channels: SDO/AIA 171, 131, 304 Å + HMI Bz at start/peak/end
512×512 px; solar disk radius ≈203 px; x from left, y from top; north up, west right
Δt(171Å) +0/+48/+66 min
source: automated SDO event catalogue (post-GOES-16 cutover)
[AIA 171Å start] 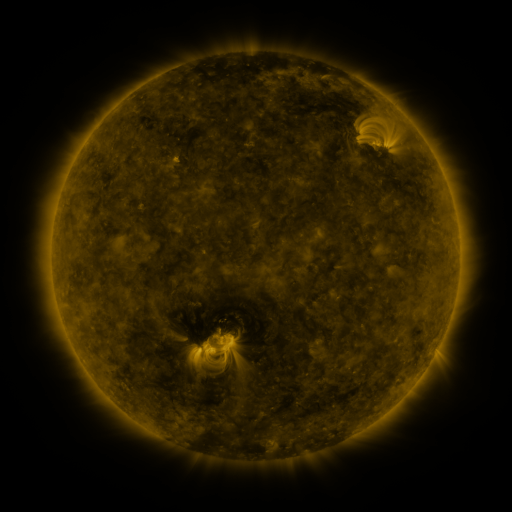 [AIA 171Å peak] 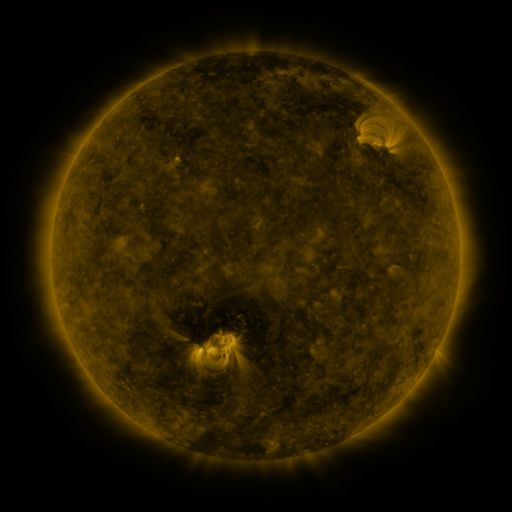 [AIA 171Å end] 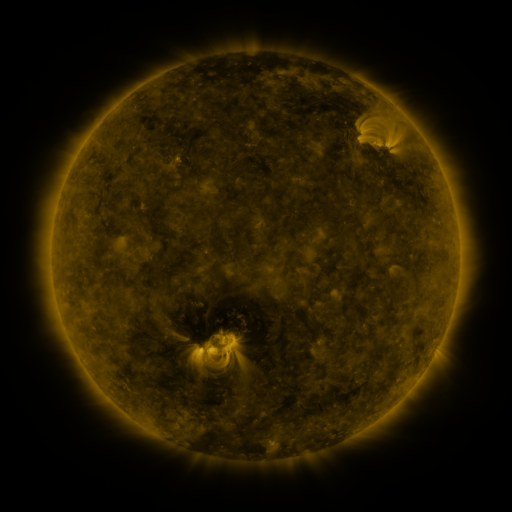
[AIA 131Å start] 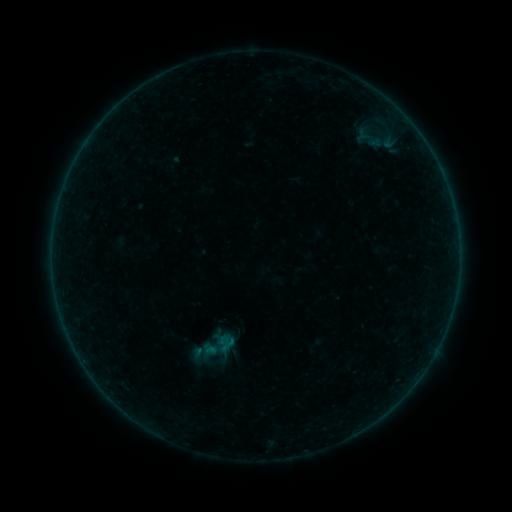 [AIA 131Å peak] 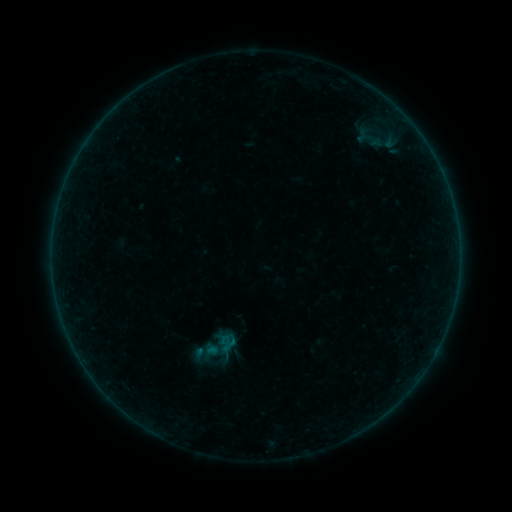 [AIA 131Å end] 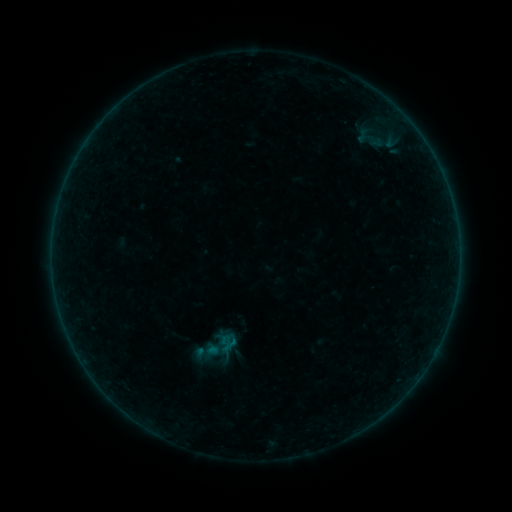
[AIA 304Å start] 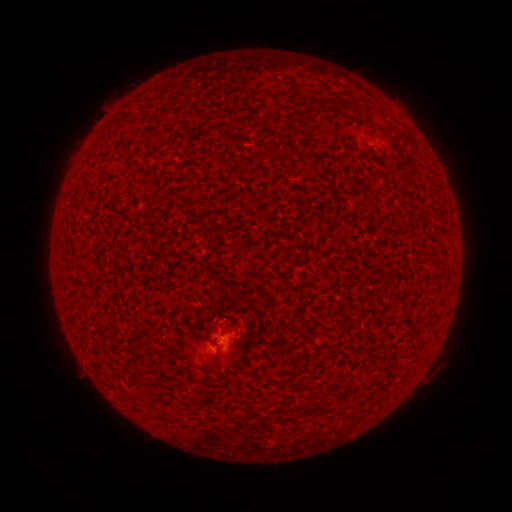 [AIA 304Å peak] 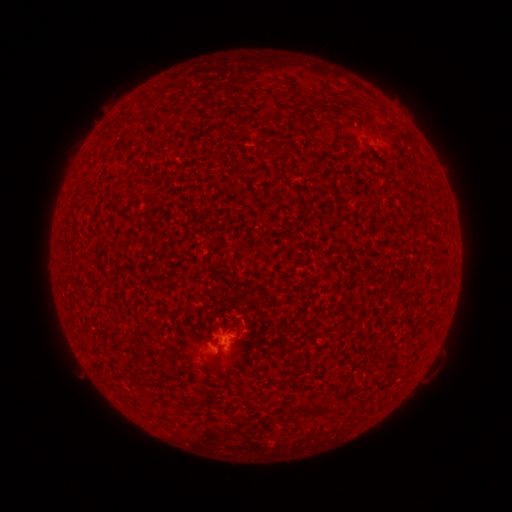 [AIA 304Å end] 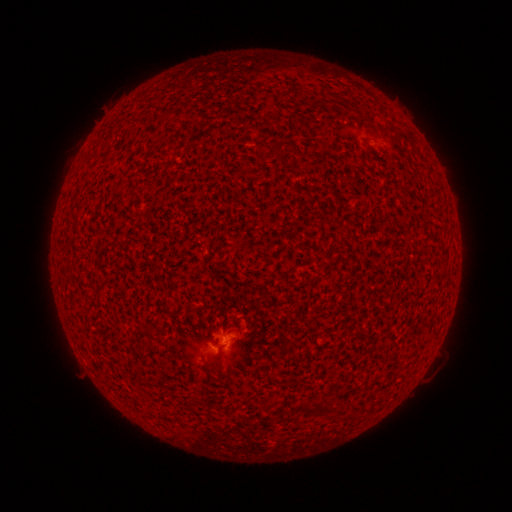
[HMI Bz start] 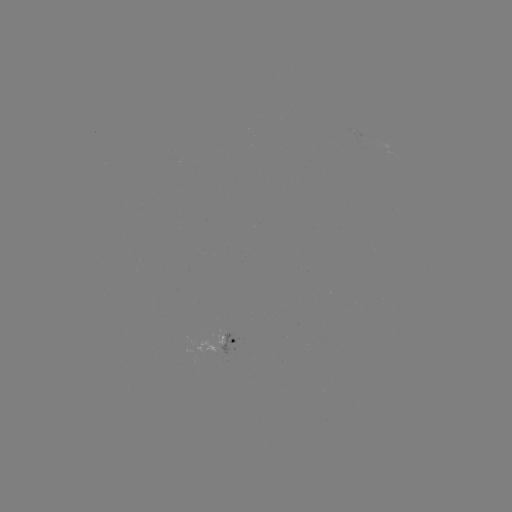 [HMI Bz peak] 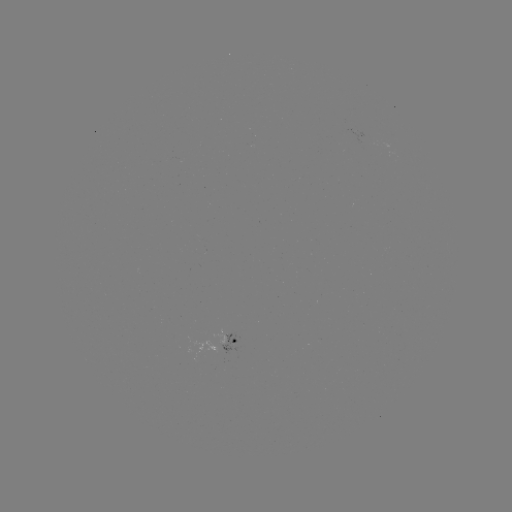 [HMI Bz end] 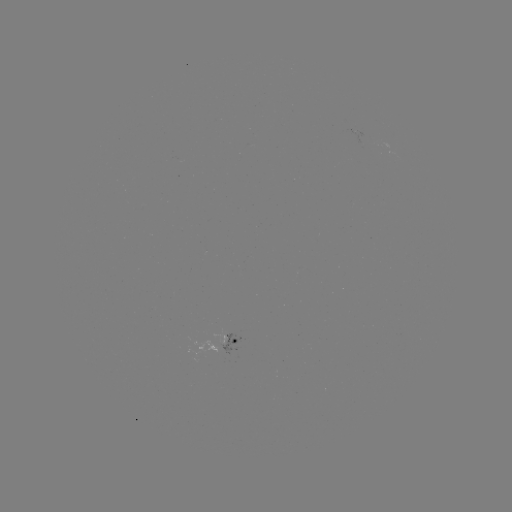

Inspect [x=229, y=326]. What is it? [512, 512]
A7.3 flare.